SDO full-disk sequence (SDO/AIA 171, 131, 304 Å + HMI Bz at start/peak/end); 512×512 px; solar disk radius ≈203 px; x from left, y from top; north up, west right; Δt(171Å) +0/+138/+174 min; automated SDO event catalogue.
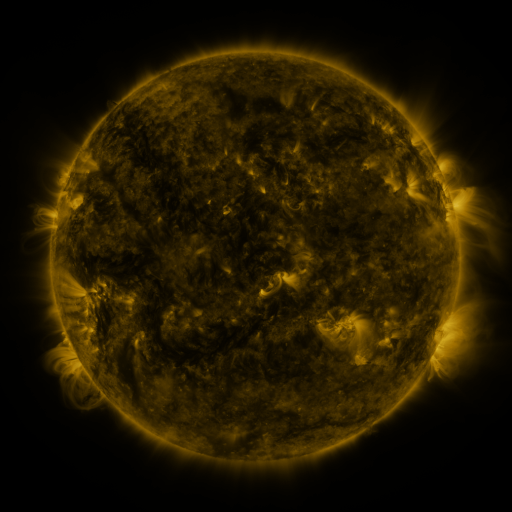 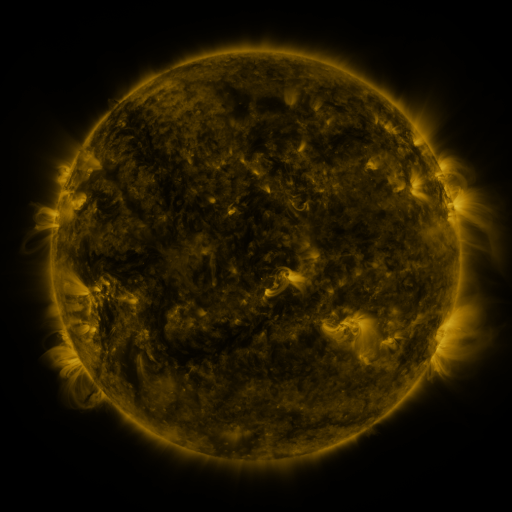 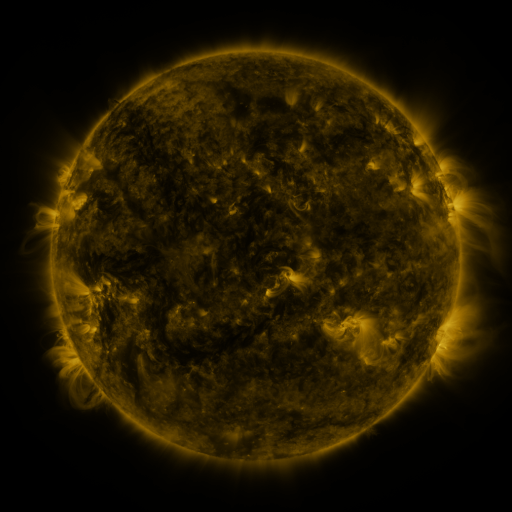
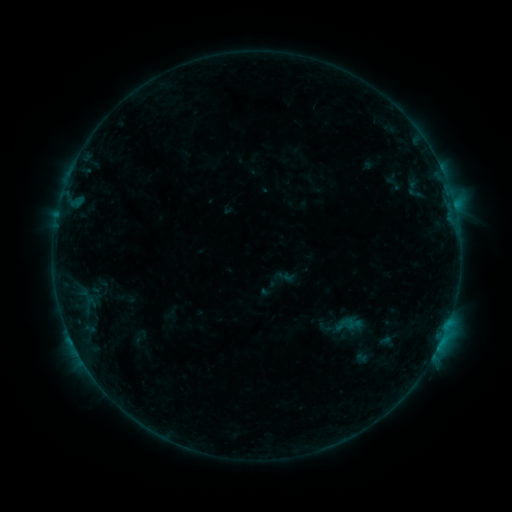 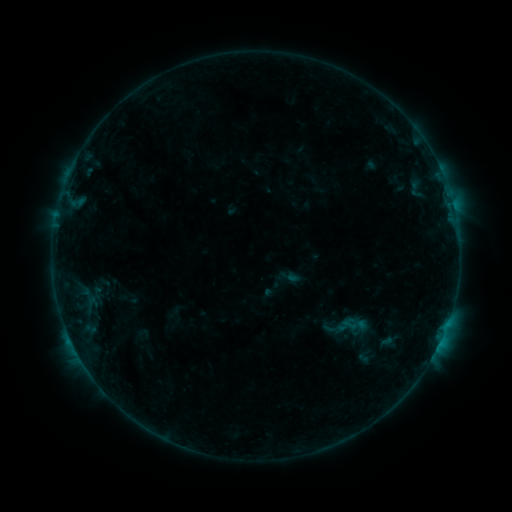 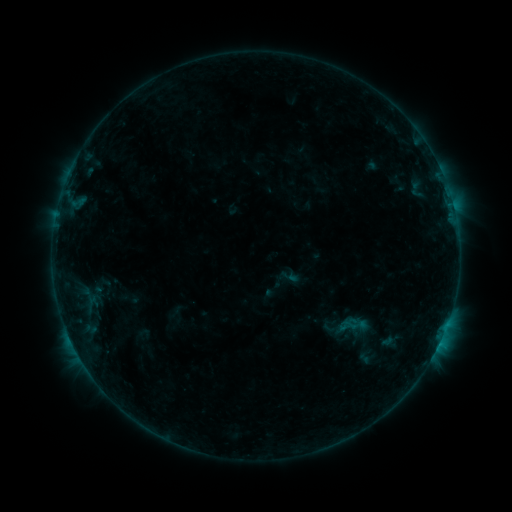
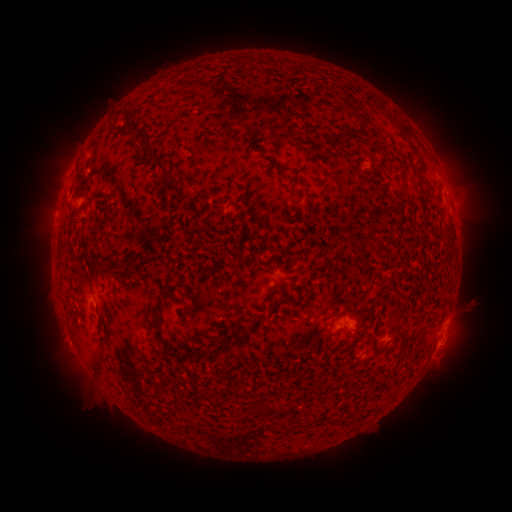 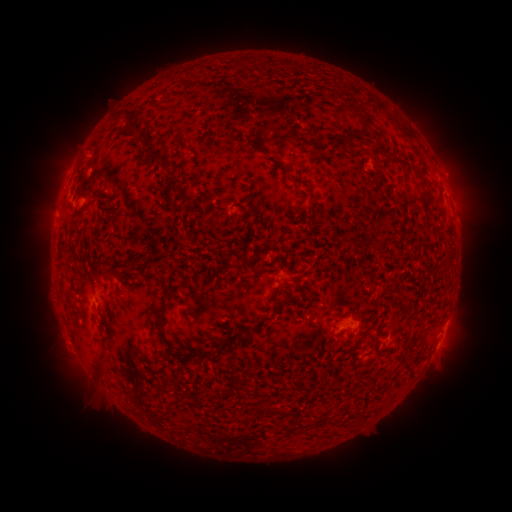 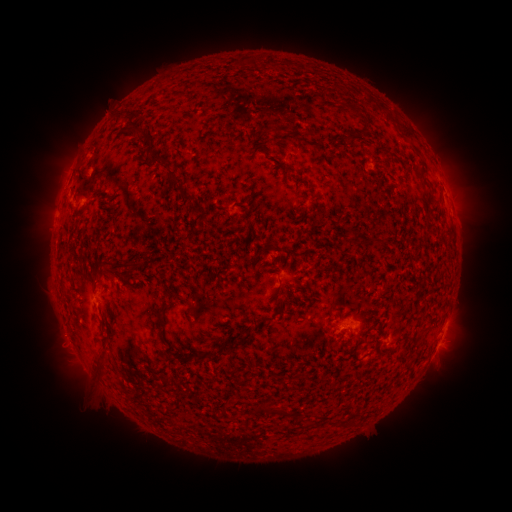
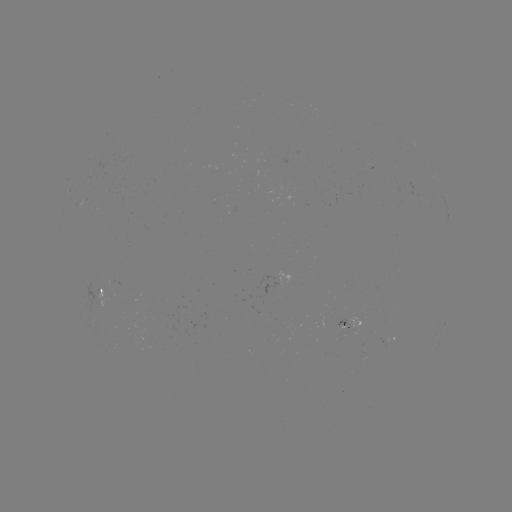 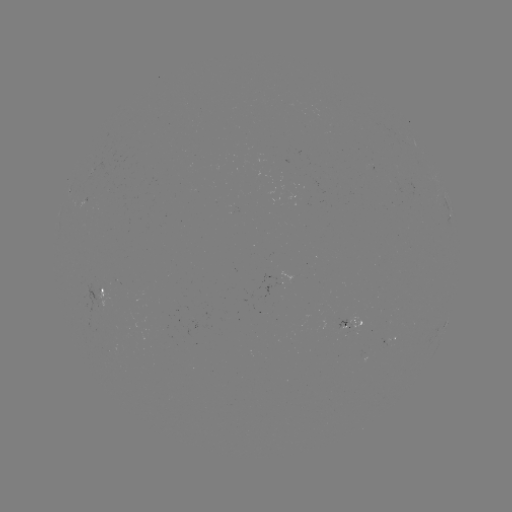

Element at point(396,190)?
emerging-flux region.